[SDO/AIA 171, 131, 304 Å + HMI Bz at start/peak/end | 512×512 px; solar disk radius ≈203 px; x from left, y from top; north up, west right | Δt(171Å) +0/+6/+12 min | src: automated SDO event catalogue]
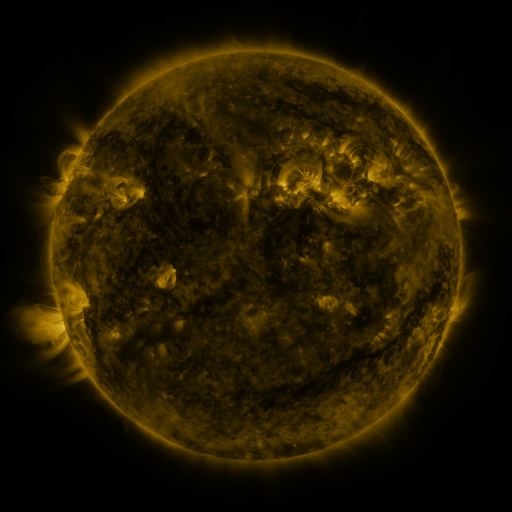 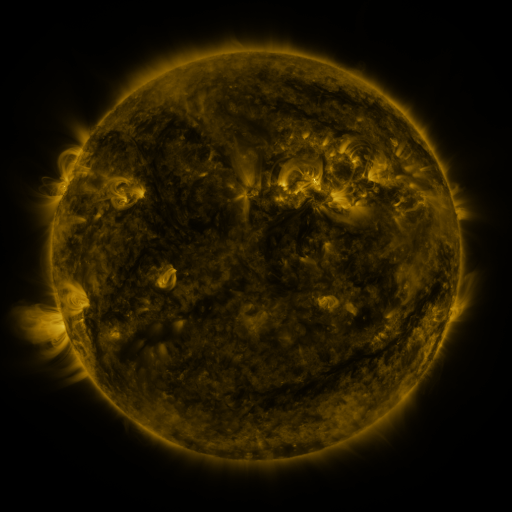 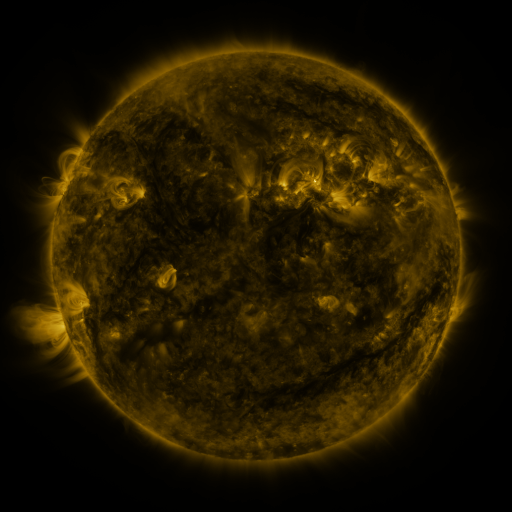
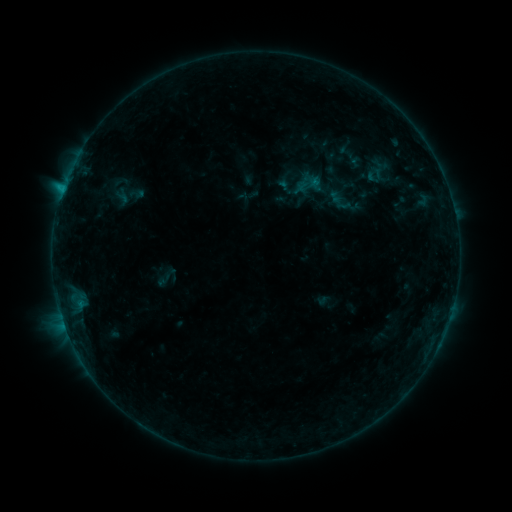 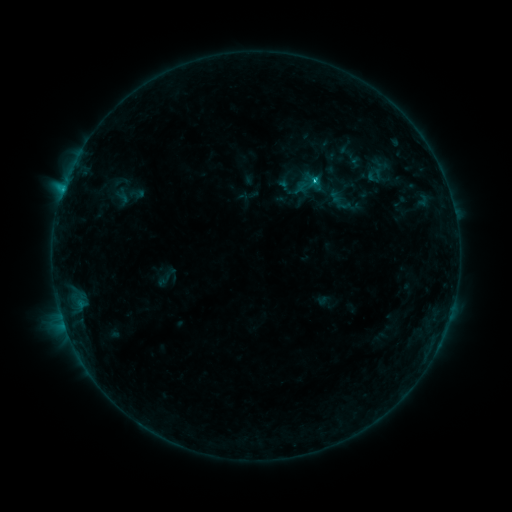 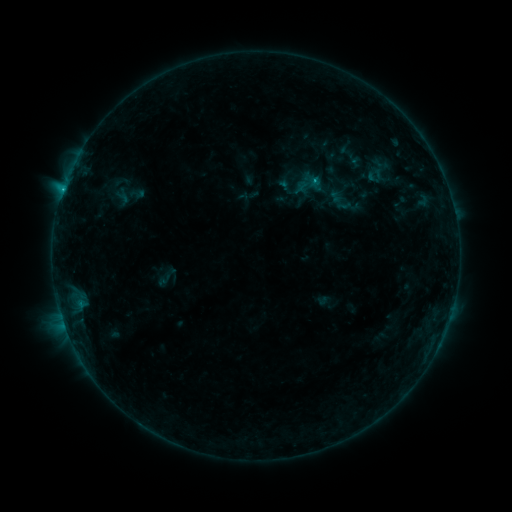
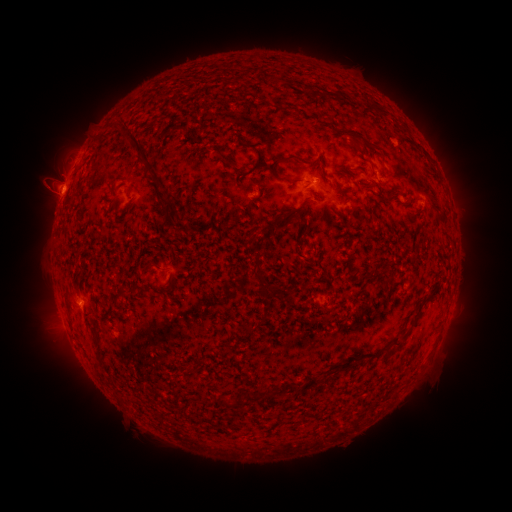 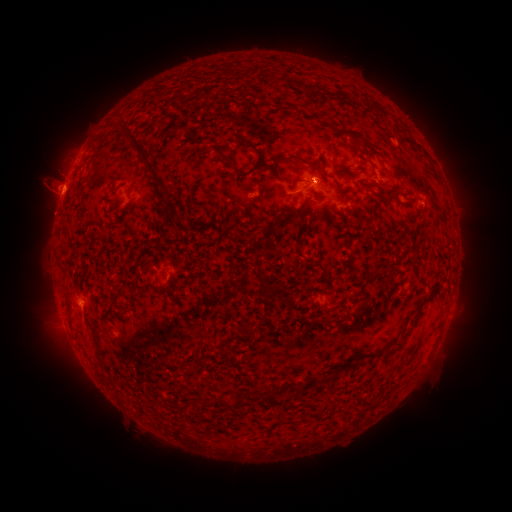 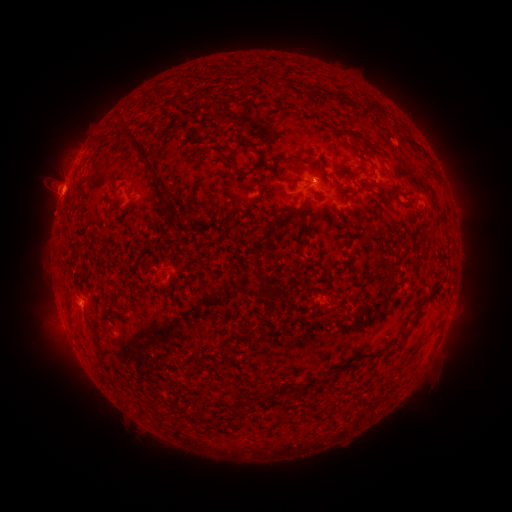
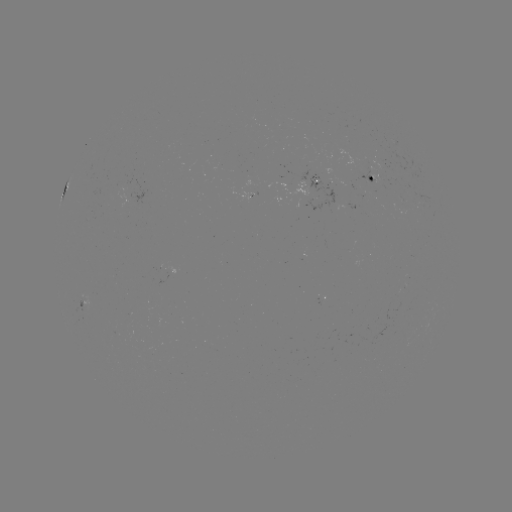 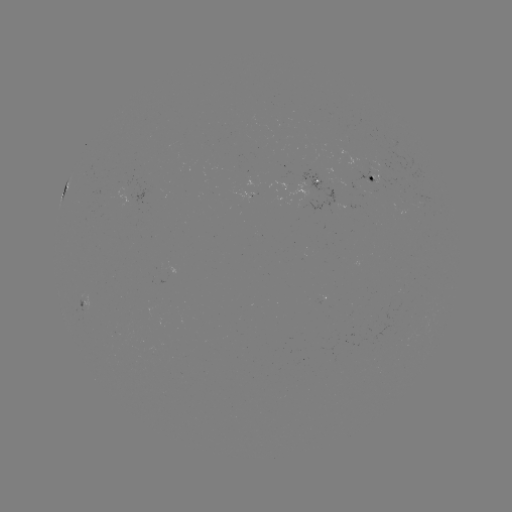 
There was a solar flare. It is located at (313, 183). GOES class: C1.3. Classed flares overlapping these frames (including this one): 1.